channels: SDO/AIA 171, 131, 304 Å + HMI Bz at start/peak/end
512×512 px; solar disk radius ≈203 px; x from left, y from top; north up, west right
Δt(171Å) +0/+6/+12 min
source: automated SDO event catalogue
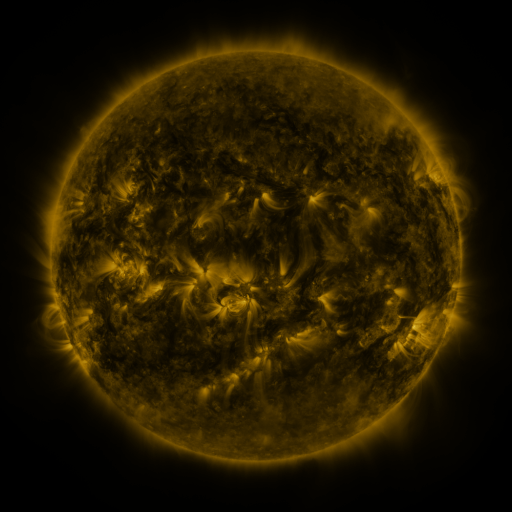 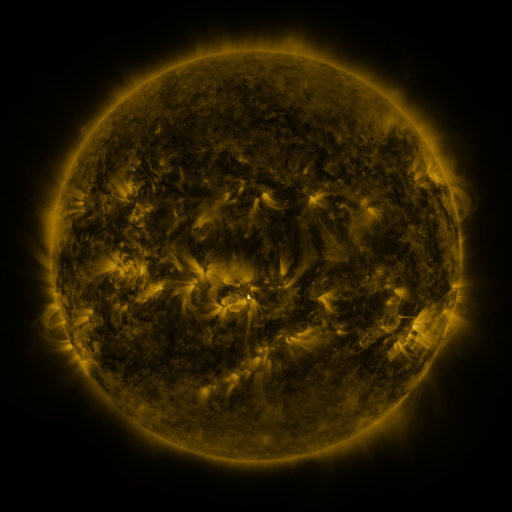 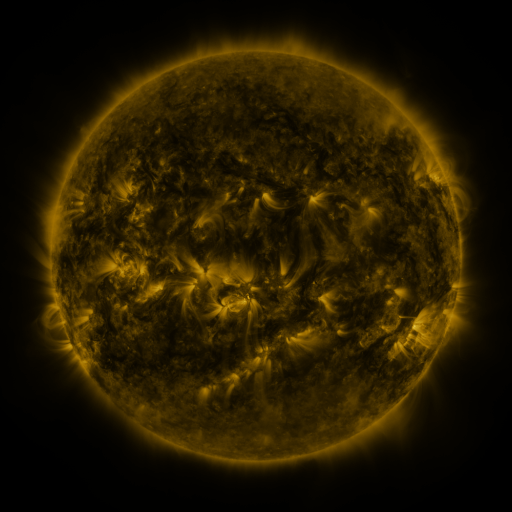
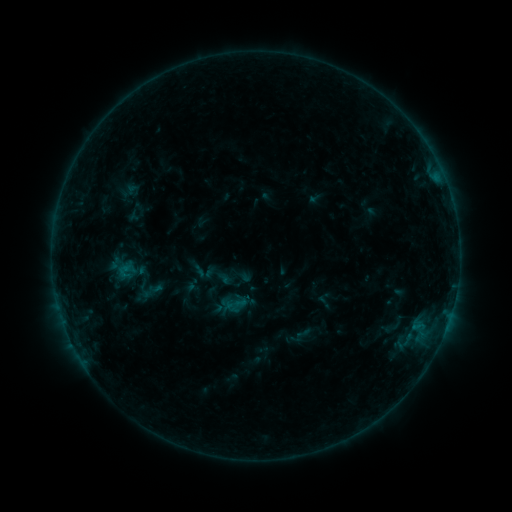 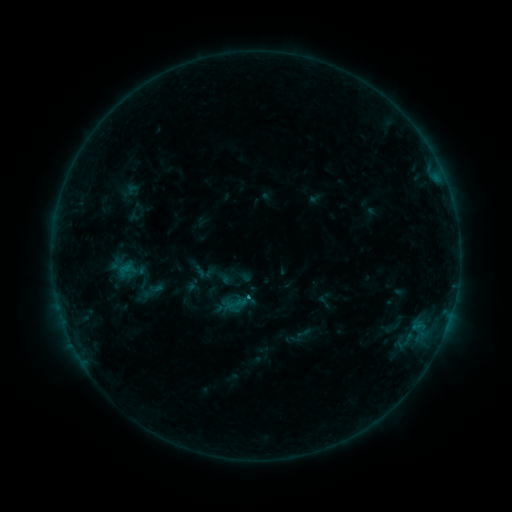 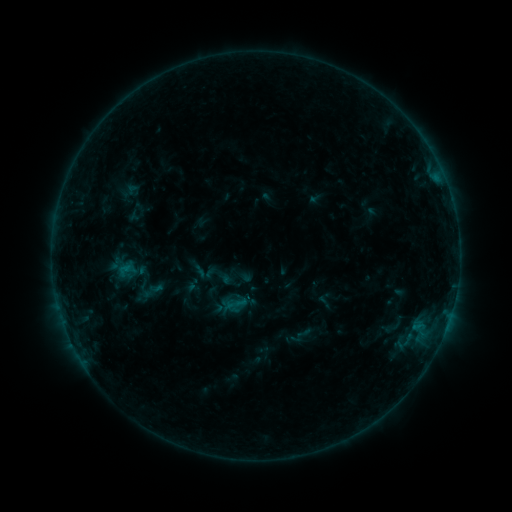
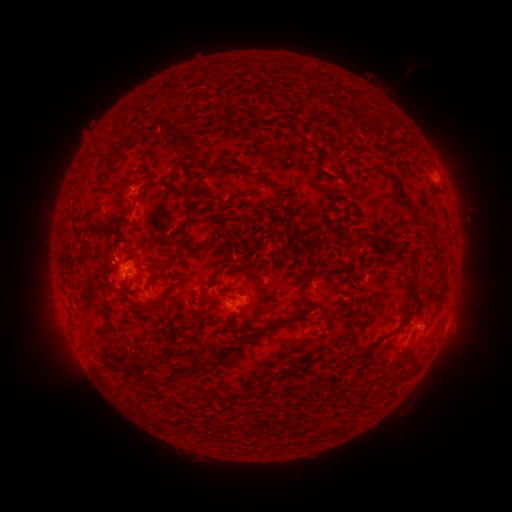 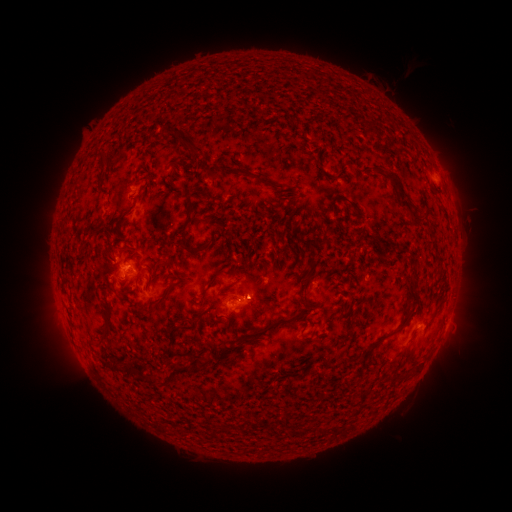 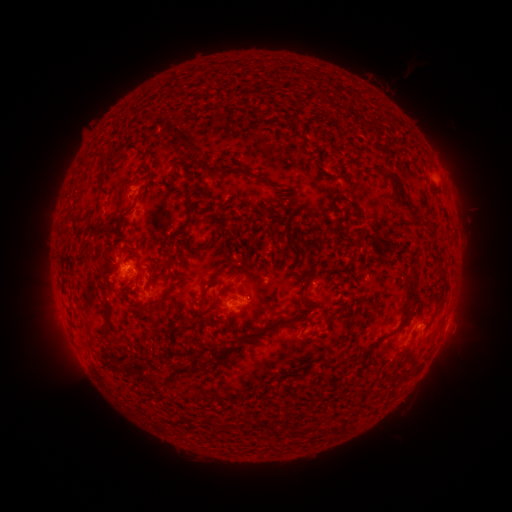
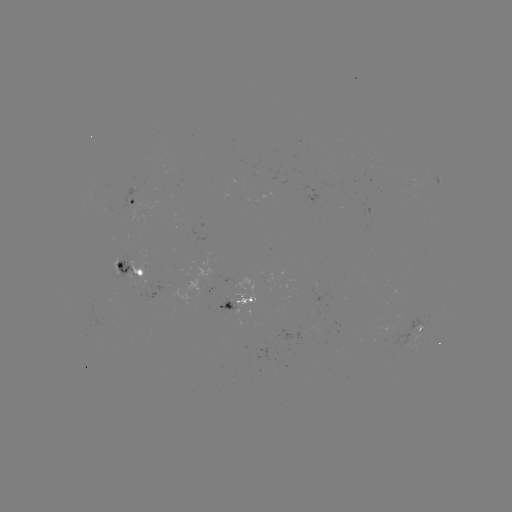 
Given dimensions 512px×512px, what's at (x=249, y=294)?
B6.0 flare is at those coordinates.